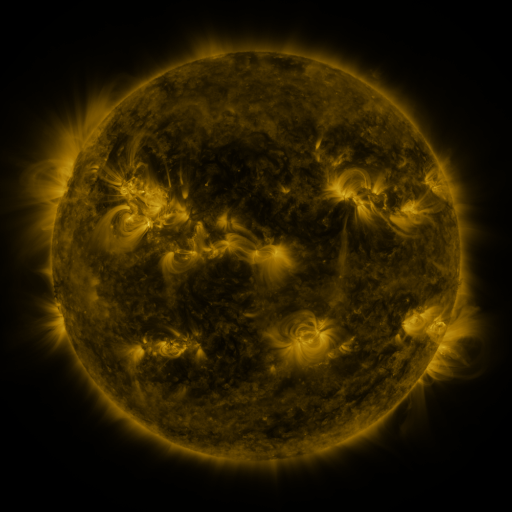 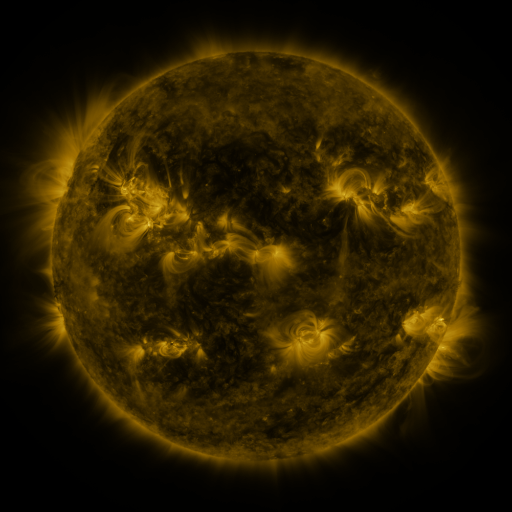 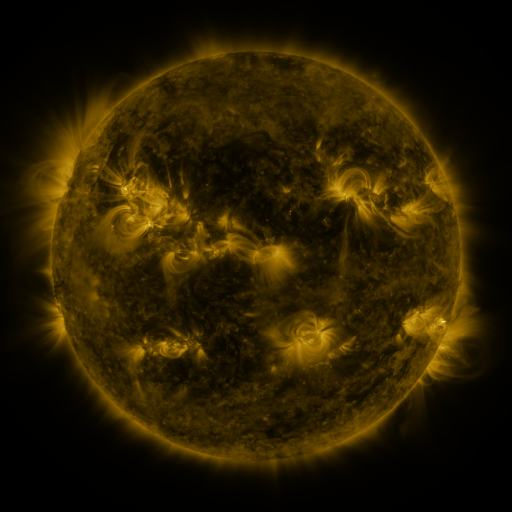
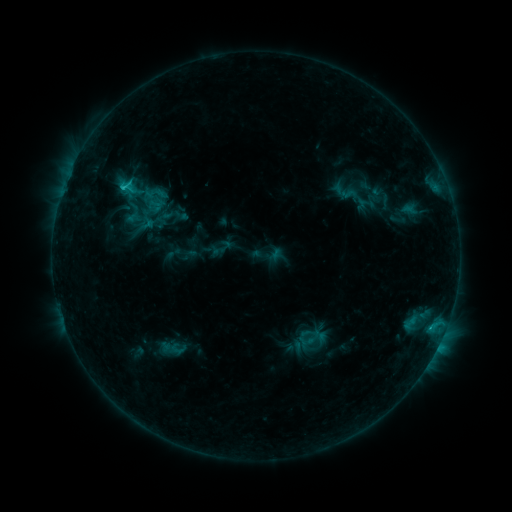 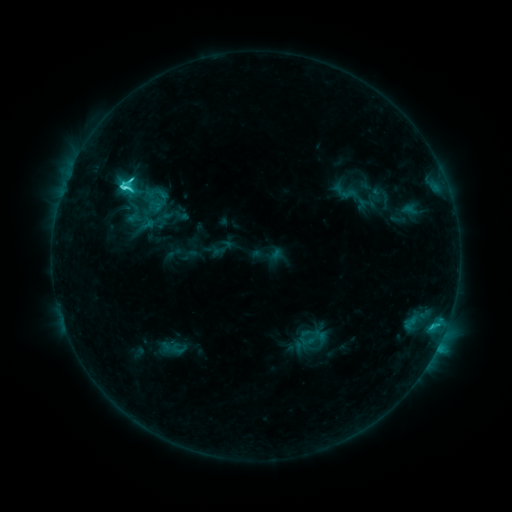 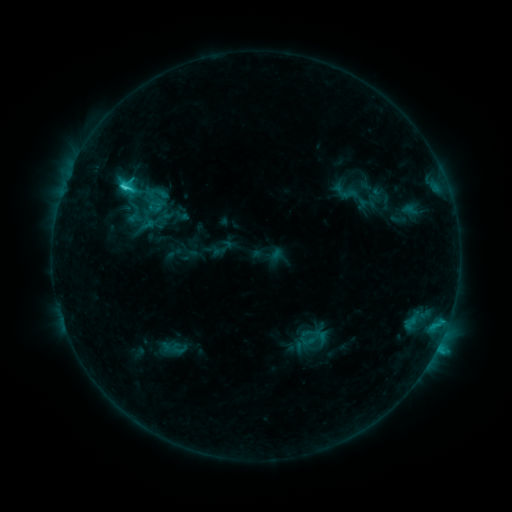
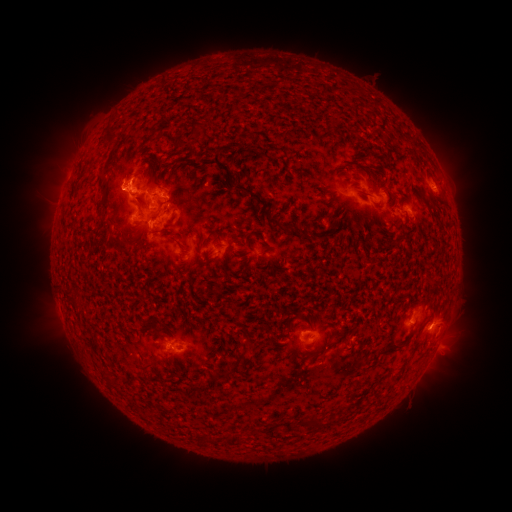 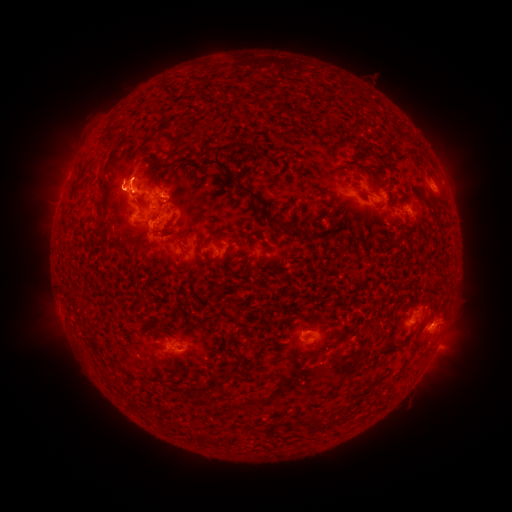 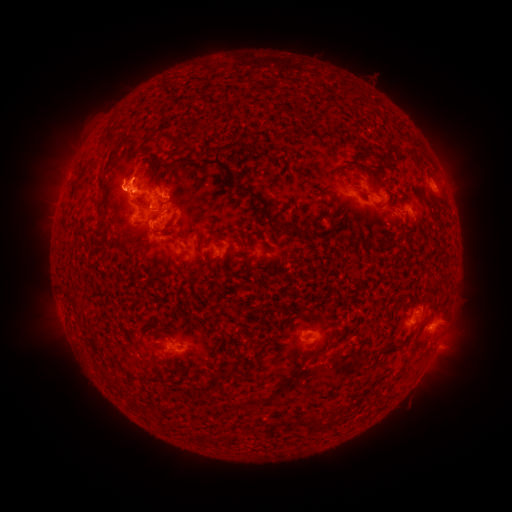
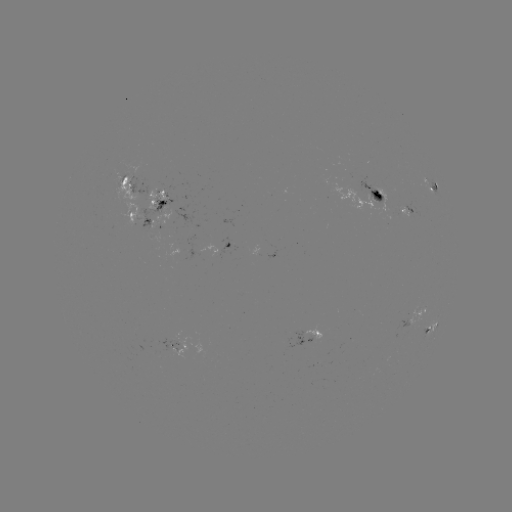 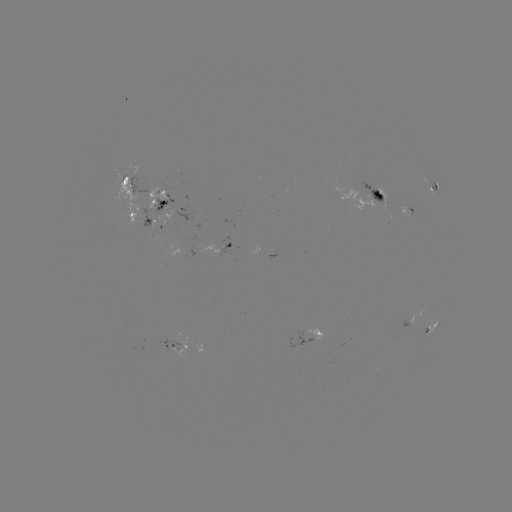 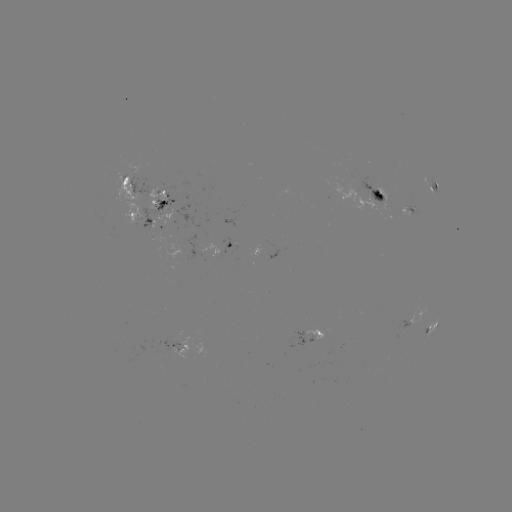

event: flare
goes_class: C4.5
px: (126, 190)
